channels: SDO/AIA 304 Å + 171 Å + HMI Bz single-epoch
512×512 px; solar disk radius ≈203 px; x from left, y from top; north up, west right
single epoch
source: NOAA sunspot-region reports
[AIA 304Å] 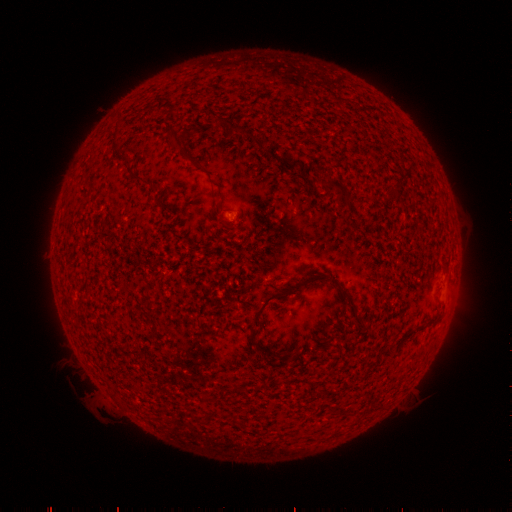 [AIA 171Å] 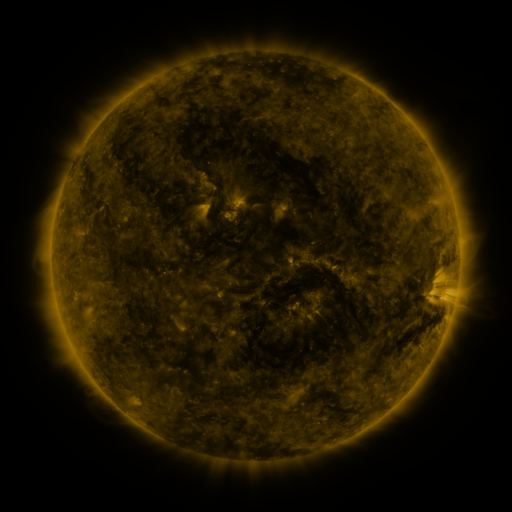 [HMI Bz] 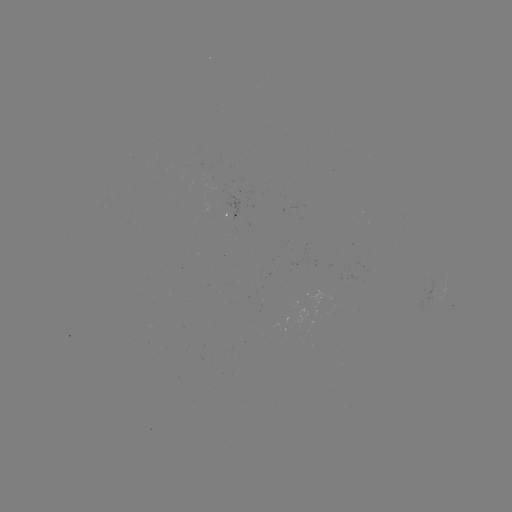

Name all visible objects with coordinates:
(none)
